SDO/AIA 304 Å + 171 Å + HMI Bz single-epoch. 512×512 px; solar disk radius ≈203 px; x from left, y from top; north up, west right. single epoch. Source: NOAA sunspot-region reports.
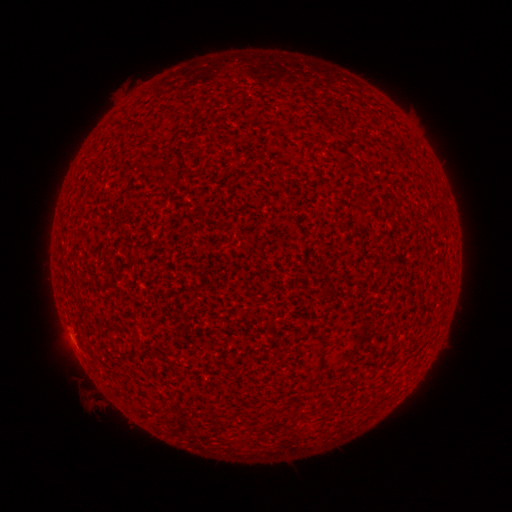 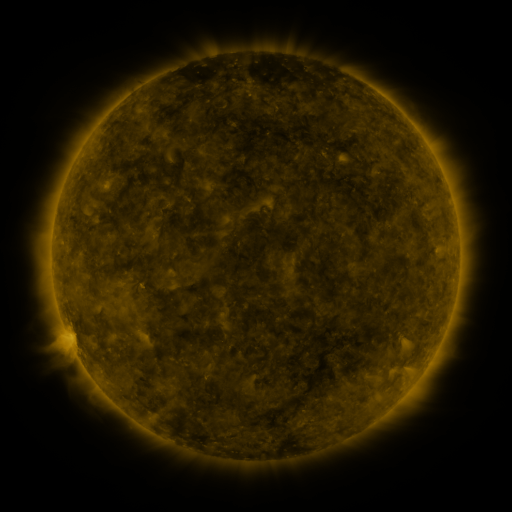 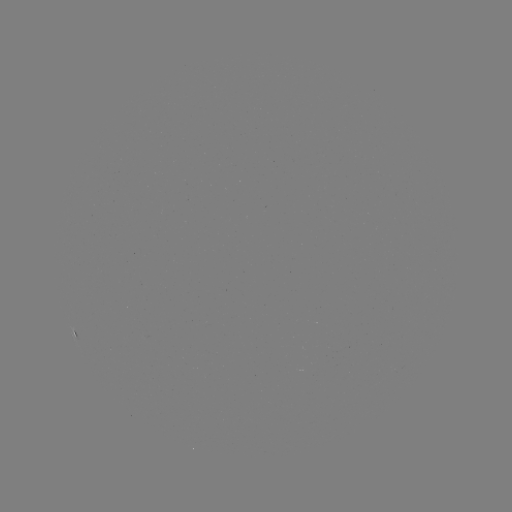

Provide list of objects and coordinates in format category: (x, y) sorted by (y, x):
(none)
